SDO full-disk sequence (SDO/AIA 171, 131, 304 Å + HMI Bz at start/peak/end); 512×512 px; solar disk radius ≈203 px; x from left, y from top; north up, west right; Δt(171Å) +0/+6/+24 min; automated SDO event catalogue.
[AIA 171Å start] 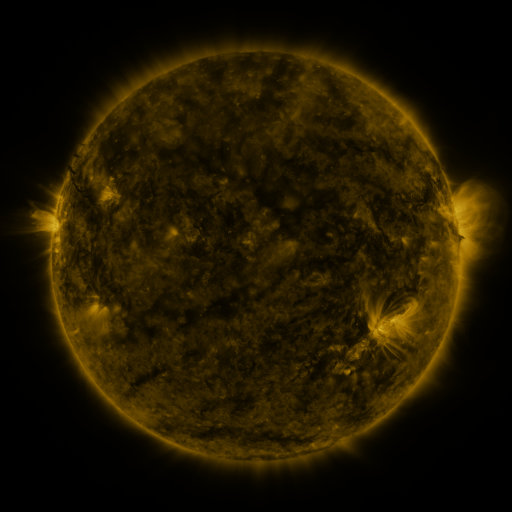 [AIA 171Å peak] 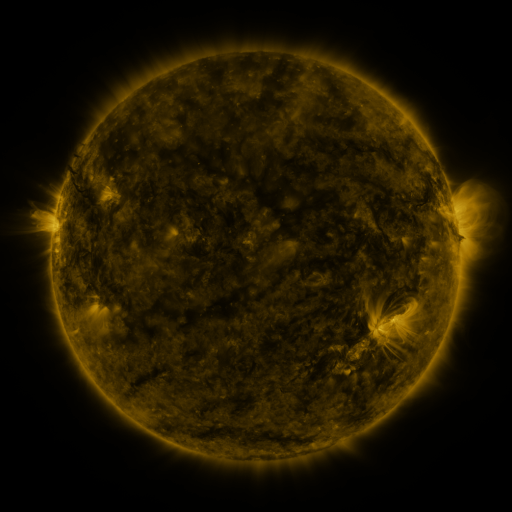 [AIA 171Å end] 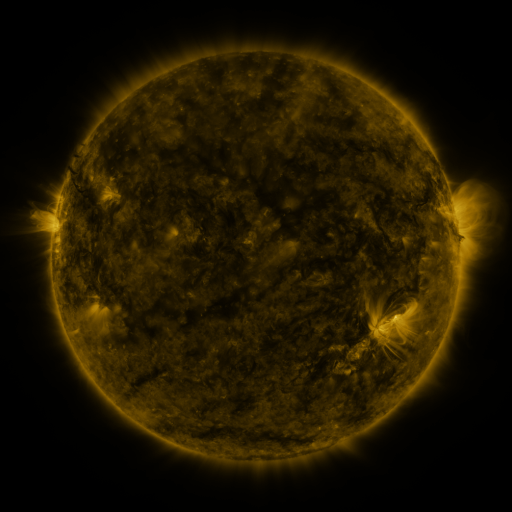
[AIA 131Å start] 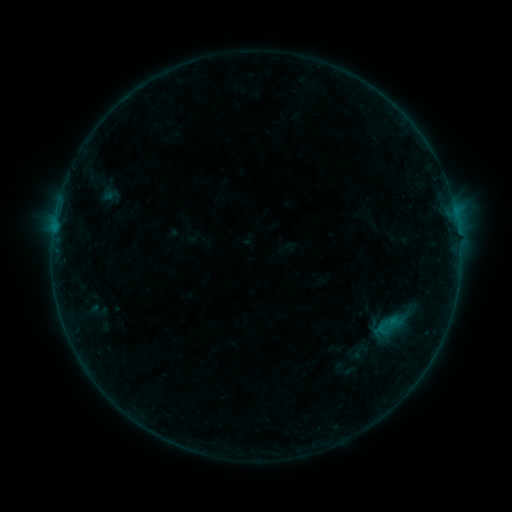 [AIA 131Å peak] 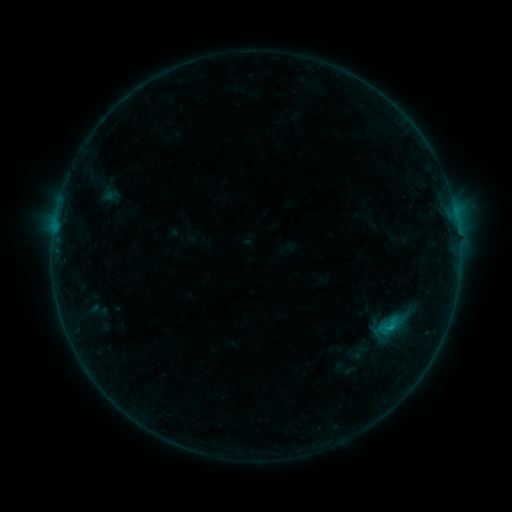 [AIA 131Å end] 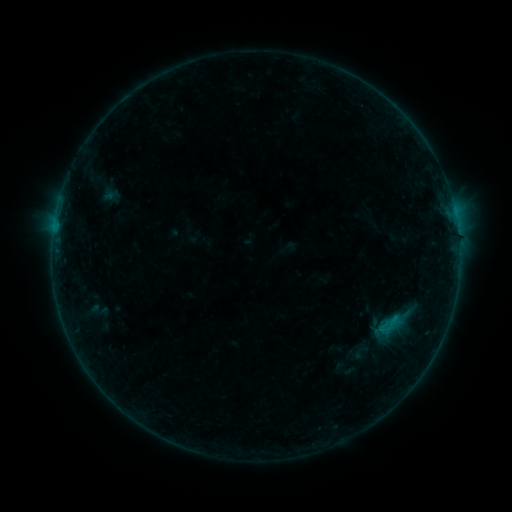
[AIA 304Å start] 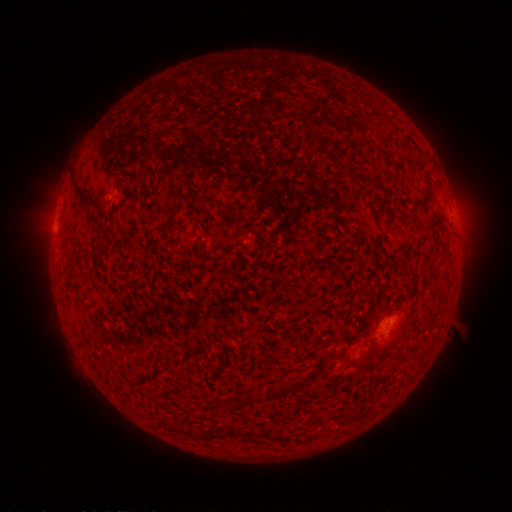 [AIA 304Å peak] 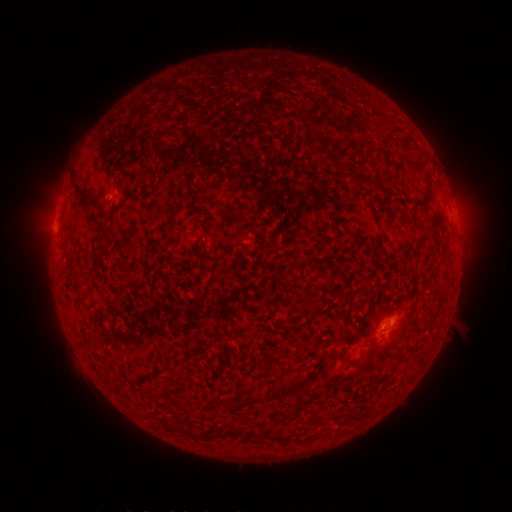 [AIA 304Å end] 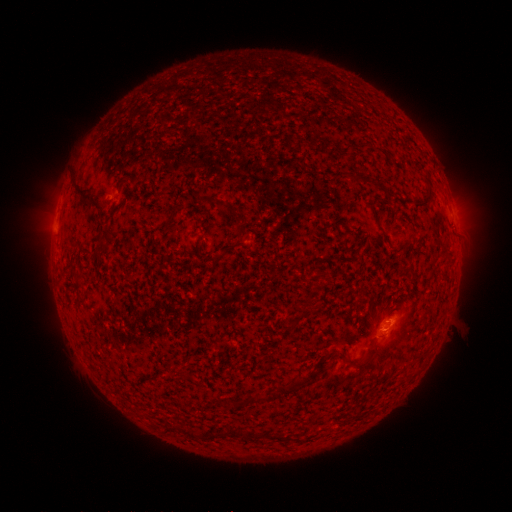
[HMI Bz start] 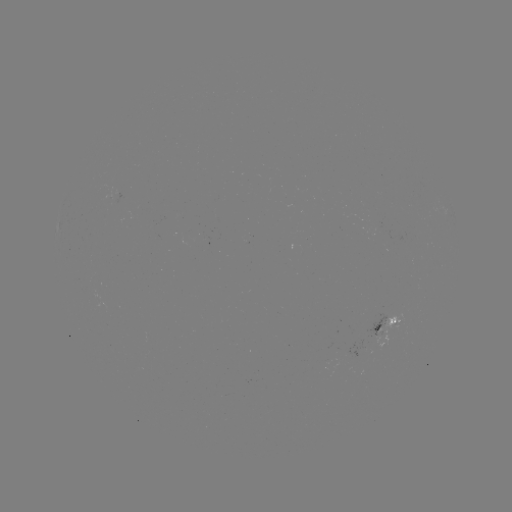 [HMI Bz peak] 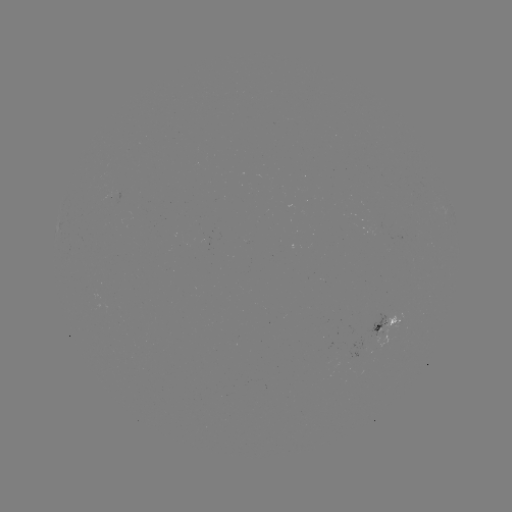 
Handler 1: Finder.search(B3.6 flare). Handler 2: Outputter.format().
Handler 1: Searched B3.6 flare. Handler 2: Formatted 390,325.